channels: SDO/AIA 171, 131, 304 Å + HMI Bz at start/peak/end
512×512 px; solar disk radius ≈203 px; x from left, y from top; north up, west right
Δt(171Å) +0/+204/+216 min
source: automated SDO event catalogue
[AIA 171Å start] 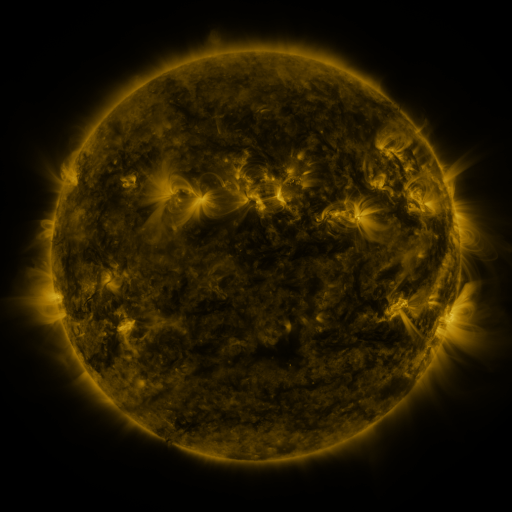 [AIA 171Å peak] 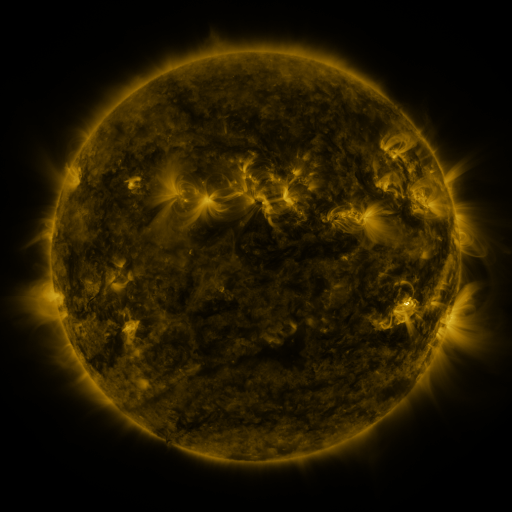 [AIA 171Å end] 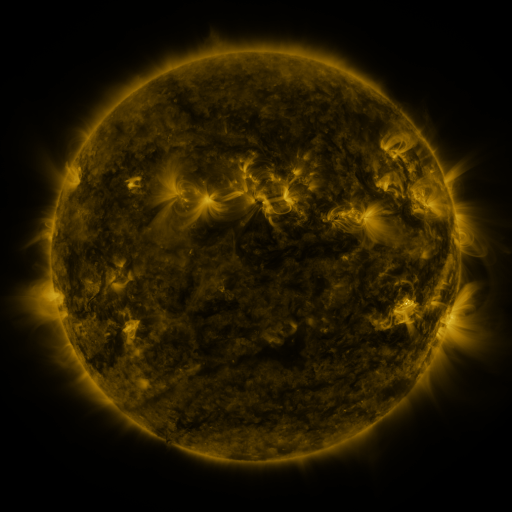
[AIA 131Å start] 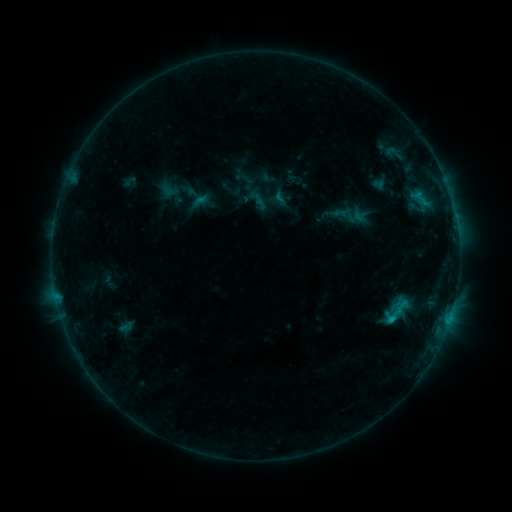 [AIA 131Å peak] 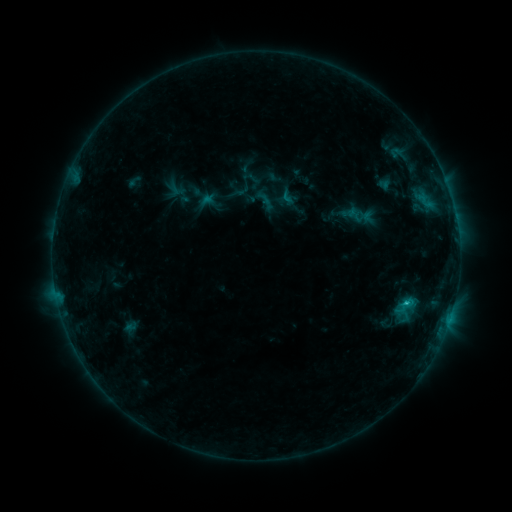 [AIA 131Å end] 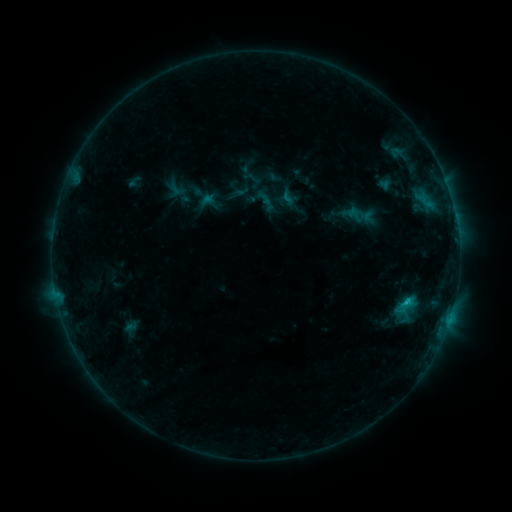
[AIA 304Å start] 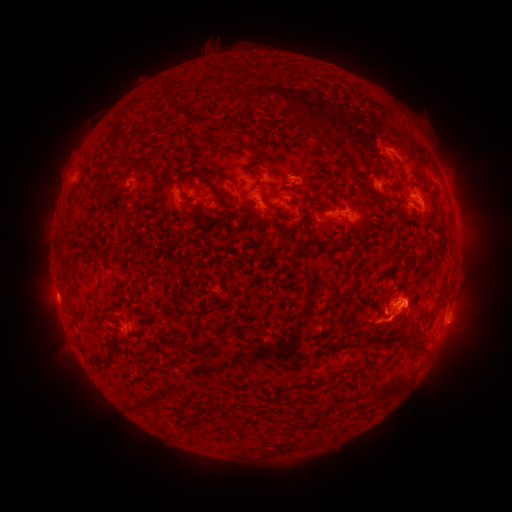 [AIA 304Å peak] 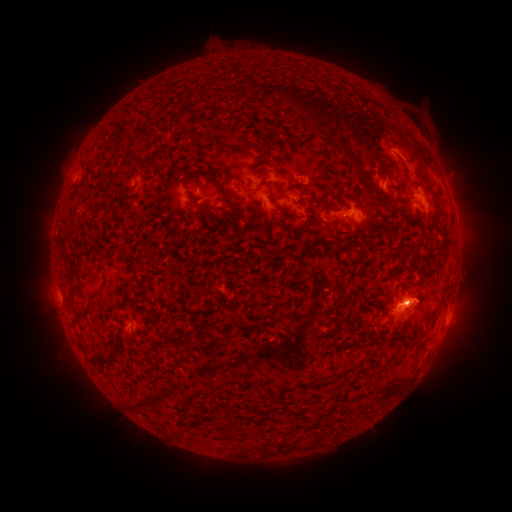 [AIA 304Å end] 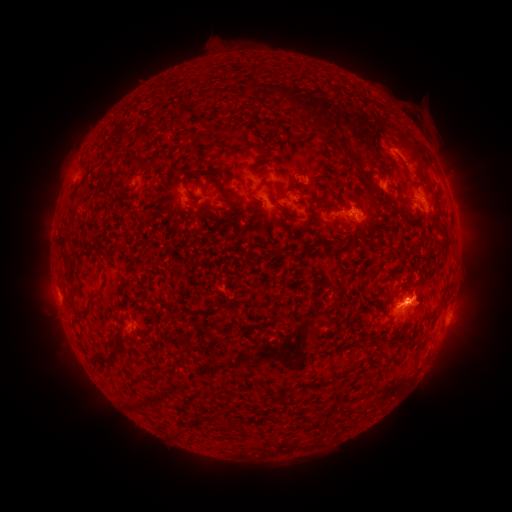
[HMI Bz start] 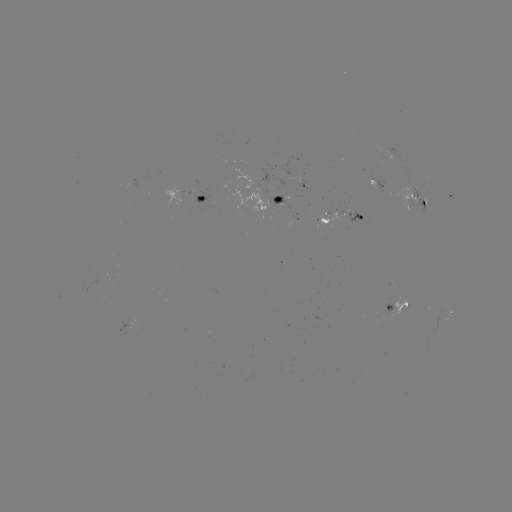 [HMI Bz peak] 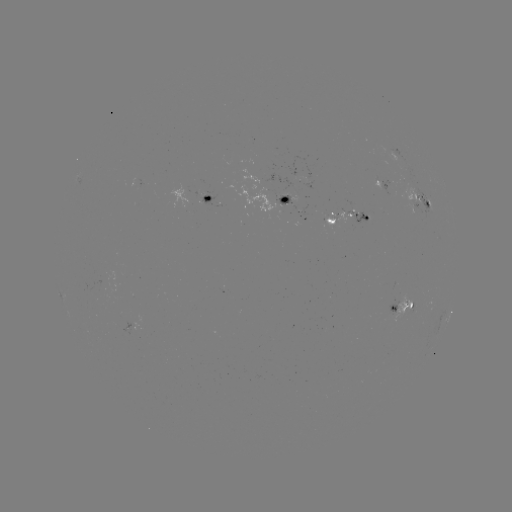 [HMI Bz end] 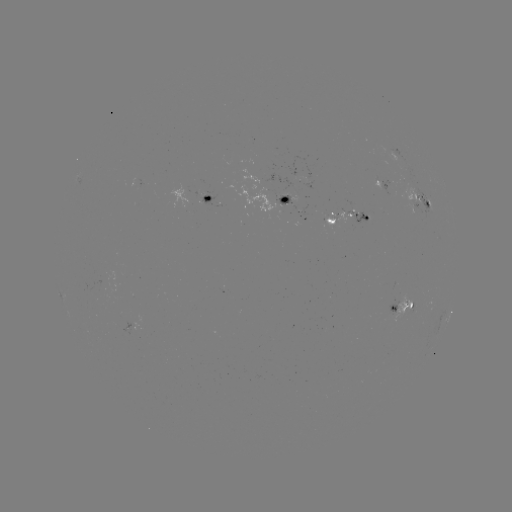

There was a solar emerging-flux region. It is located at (284, 197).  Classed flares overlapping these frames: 4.